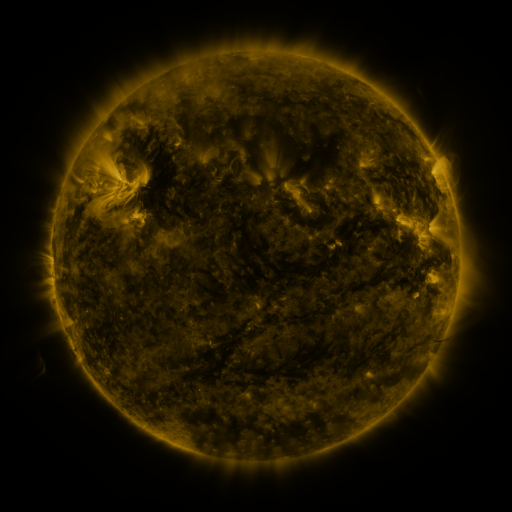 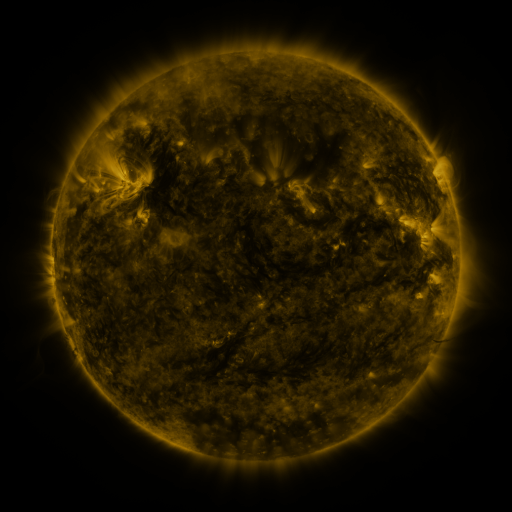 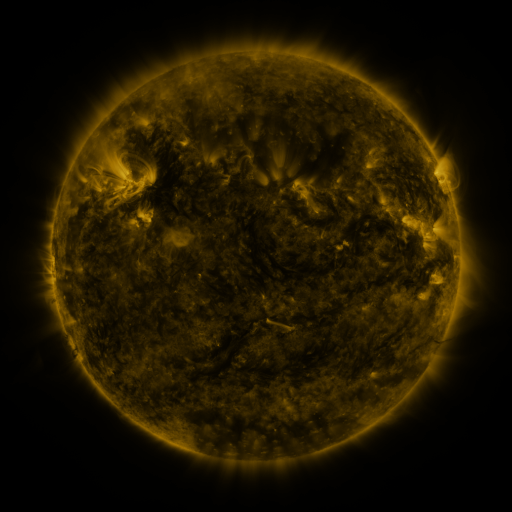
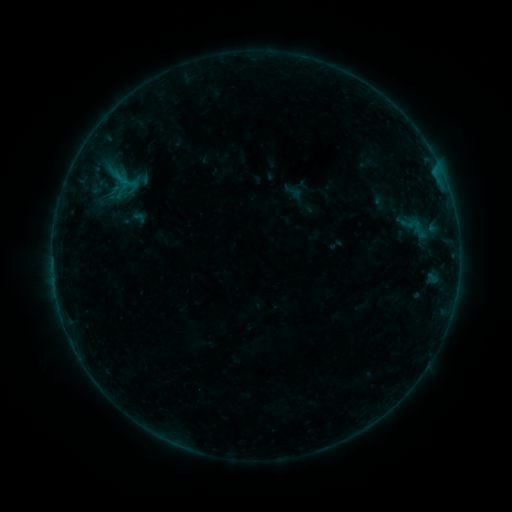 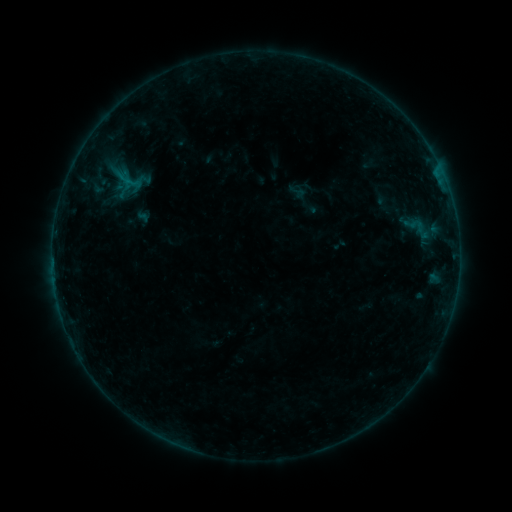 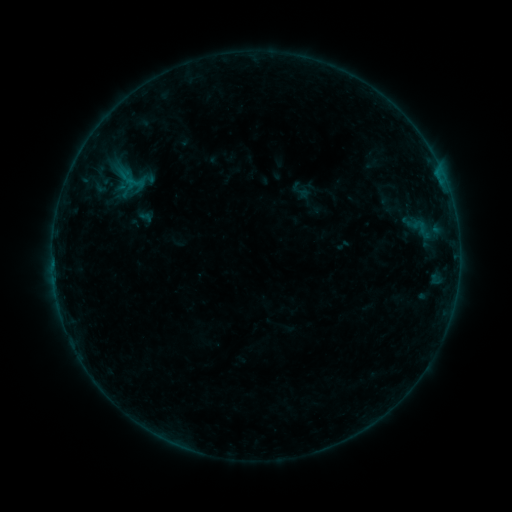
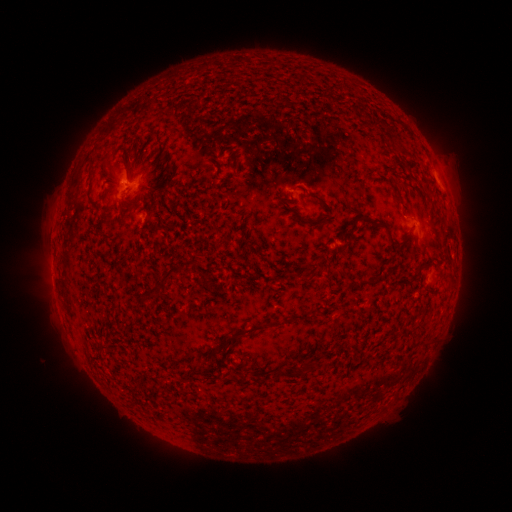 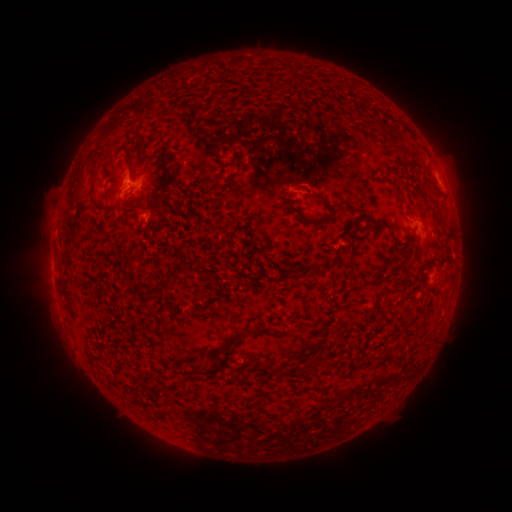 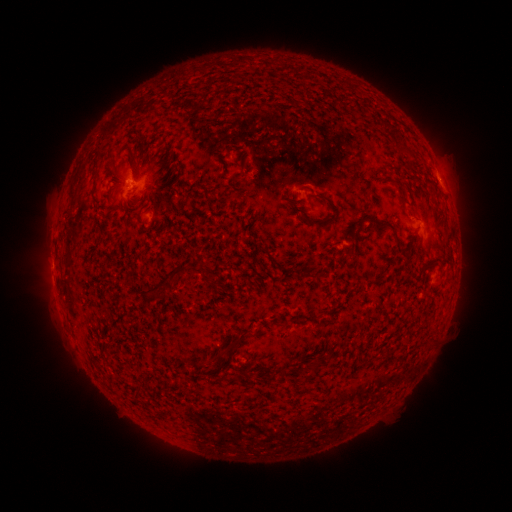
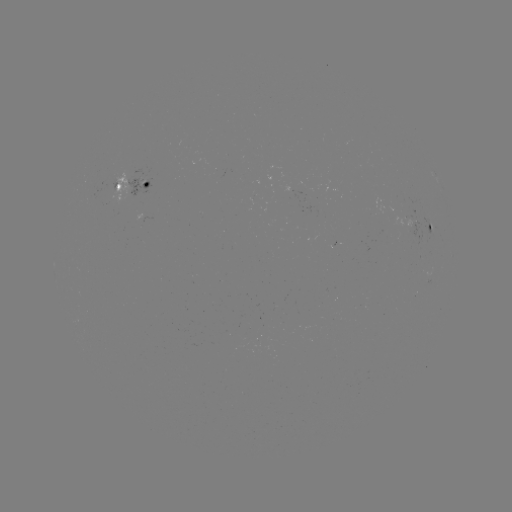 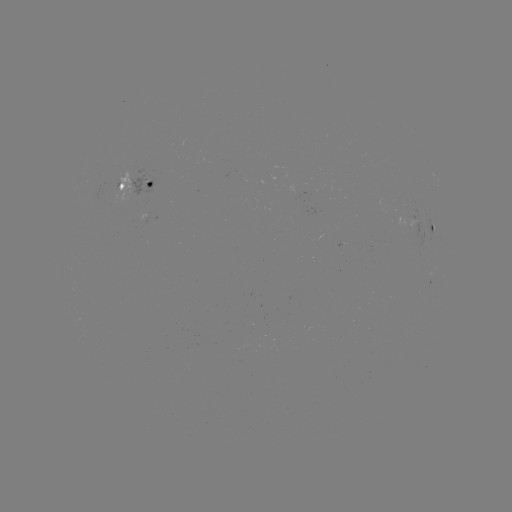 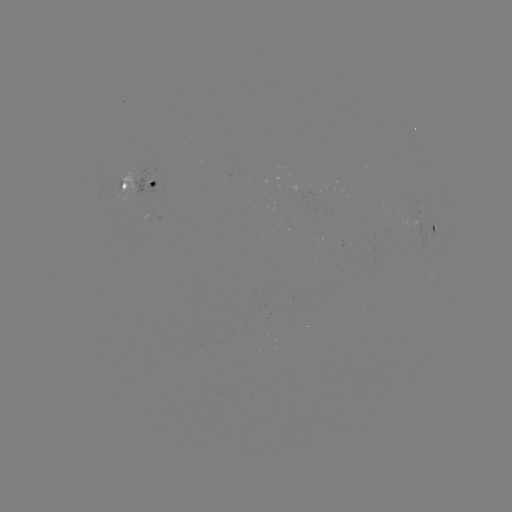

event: filament eruption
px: (272, 335)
